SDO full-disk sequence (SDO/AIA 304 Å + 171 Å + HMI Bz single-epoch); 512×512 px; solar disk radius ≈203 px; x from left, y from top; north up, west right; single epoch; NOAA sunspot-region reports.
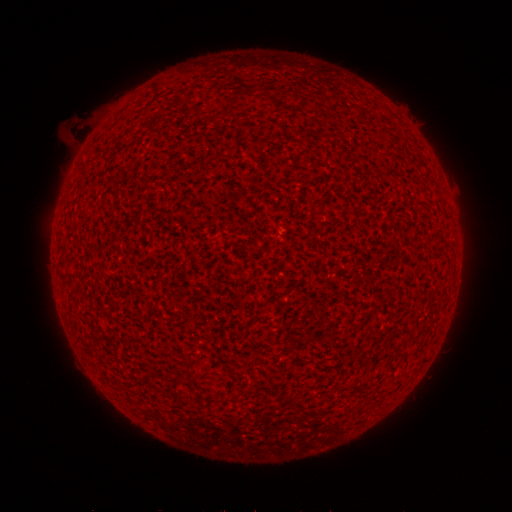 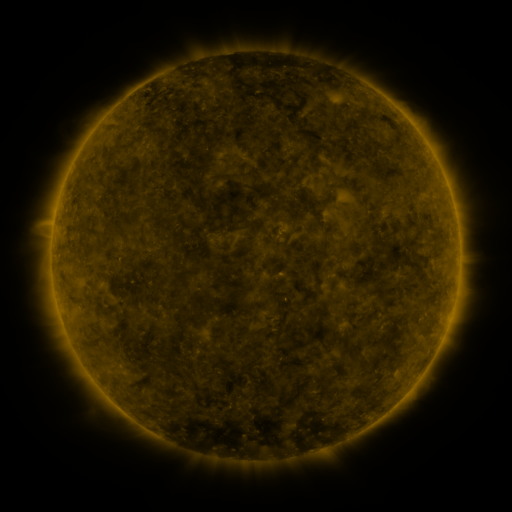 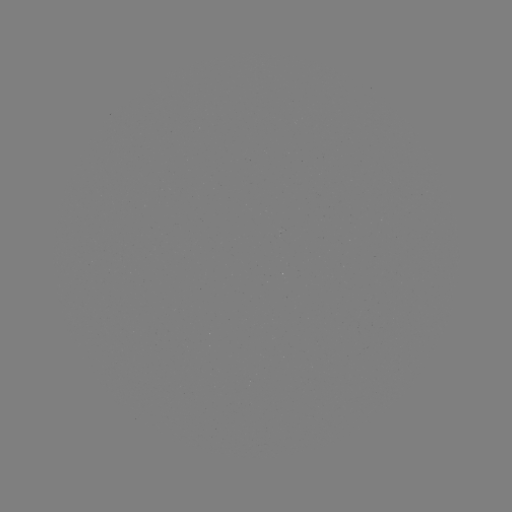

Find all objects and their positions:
(none)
